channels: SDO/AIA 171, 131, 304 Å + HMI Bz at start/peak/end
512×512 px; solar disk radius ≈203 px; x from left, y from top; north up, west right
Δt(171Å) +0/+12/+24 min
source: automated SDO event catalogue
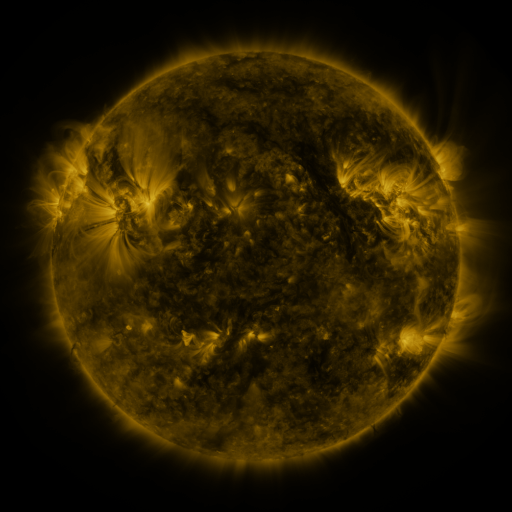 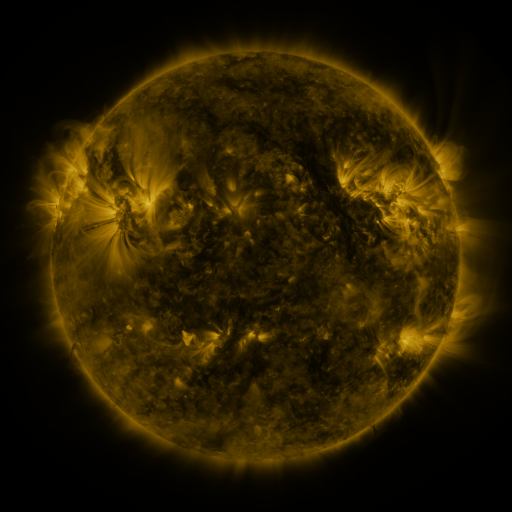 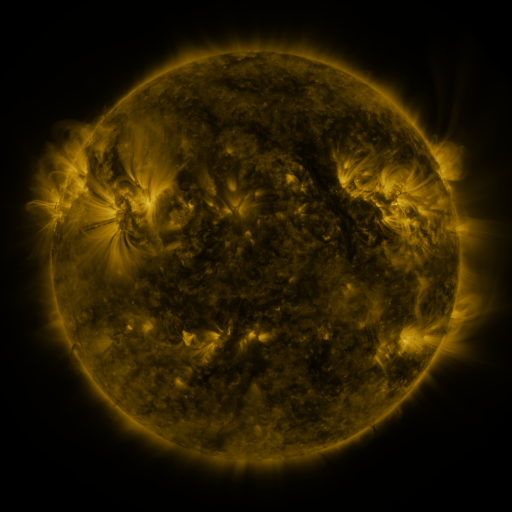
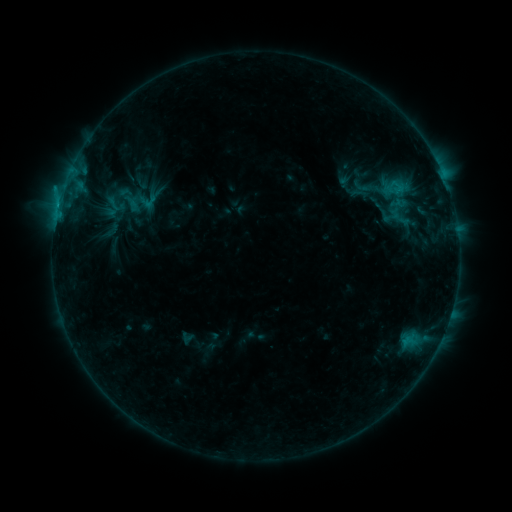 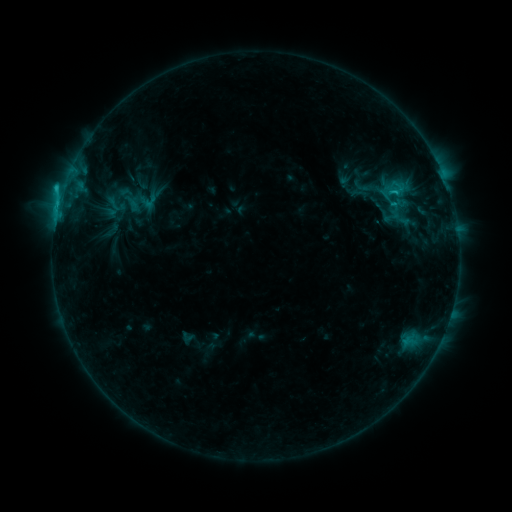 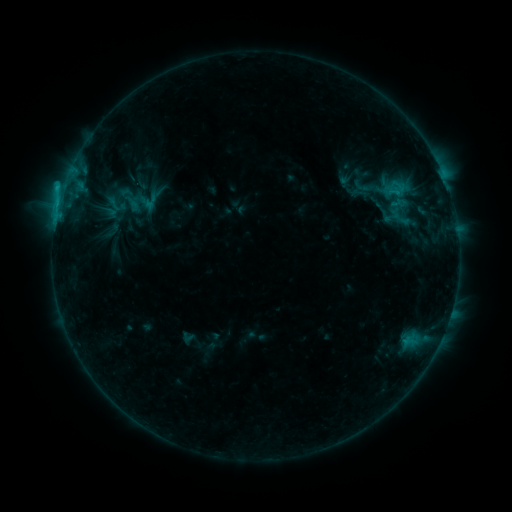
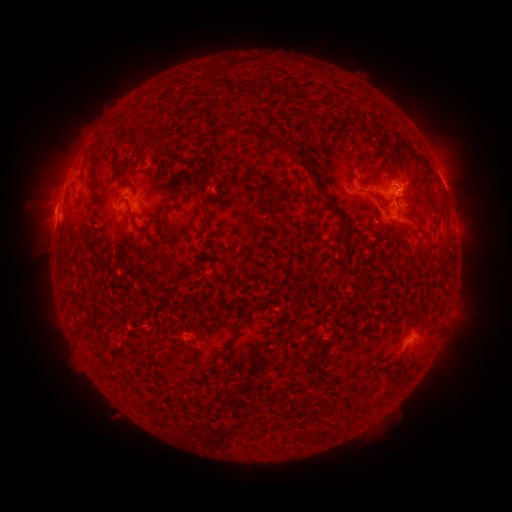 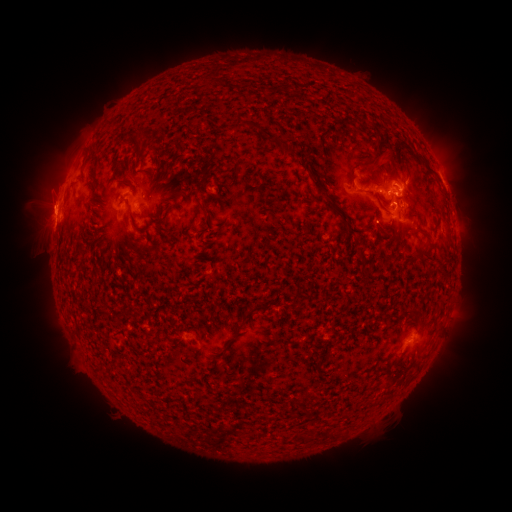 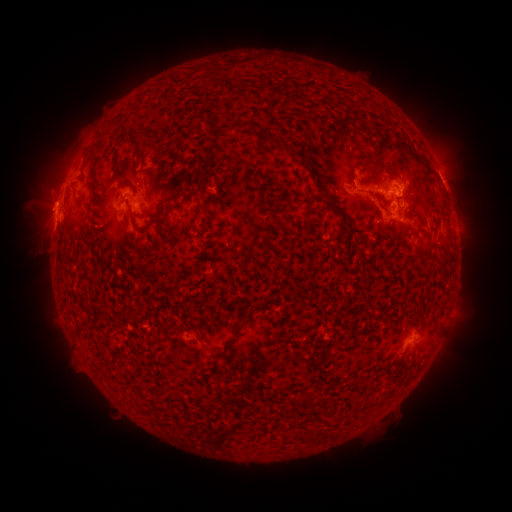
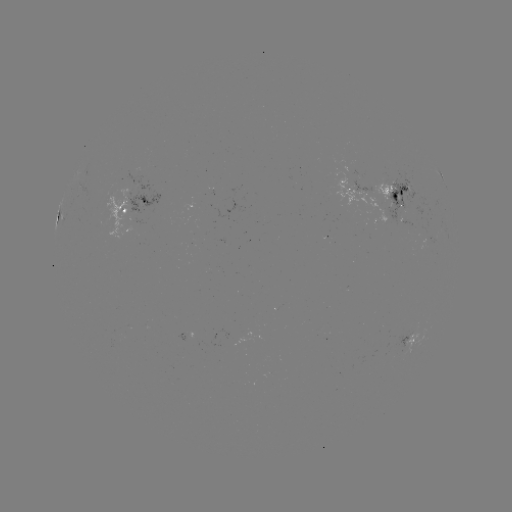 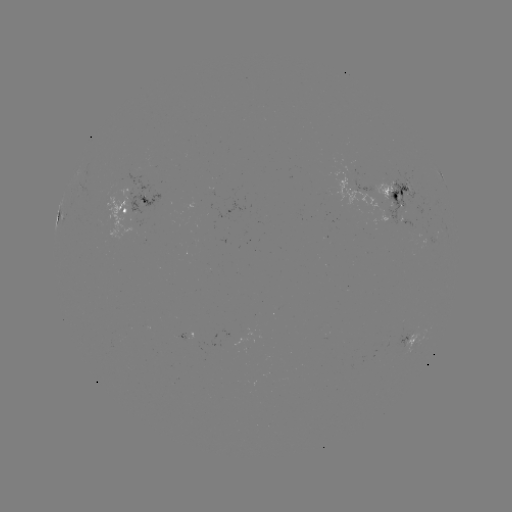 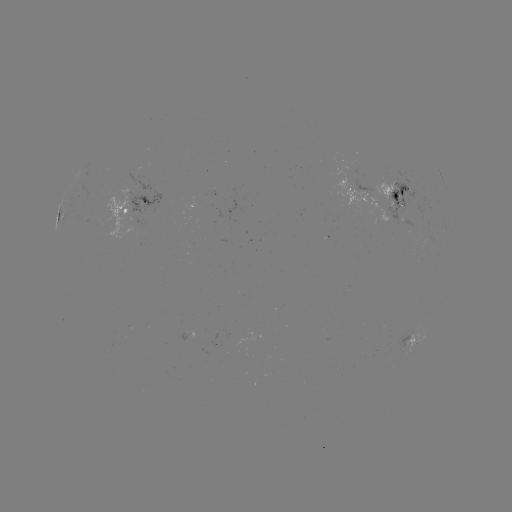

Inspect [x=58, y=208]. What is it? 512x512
C2.4 flare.